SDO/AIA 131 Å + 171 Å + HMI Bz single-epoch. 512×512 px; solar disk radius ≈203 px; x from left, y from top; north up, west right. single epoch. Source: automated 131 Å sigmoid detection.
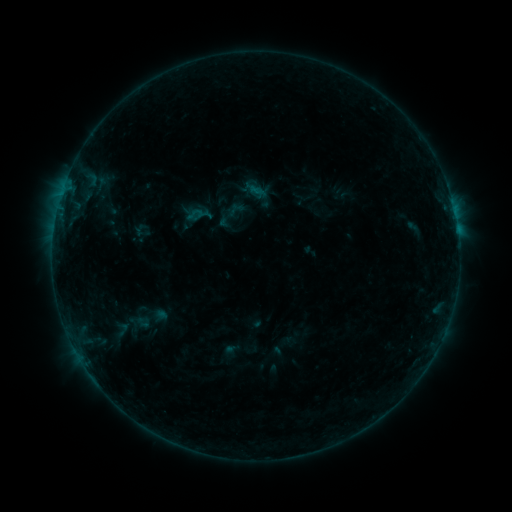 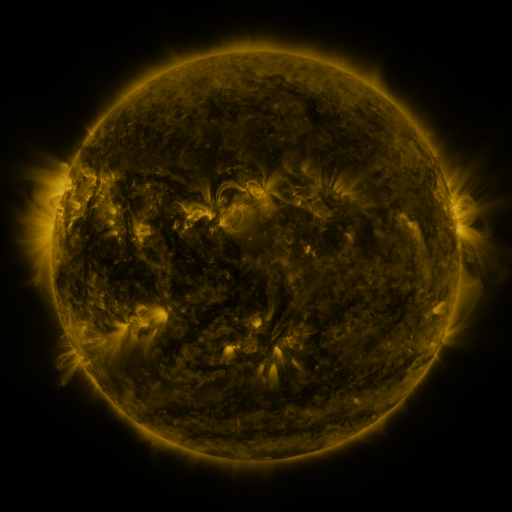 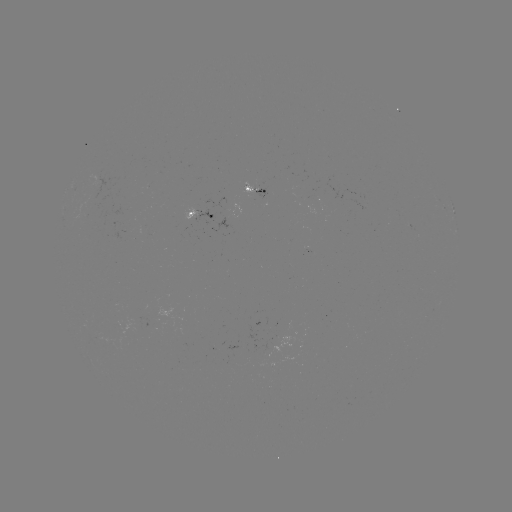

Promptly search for sigmoid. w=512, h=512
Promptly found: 122,329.